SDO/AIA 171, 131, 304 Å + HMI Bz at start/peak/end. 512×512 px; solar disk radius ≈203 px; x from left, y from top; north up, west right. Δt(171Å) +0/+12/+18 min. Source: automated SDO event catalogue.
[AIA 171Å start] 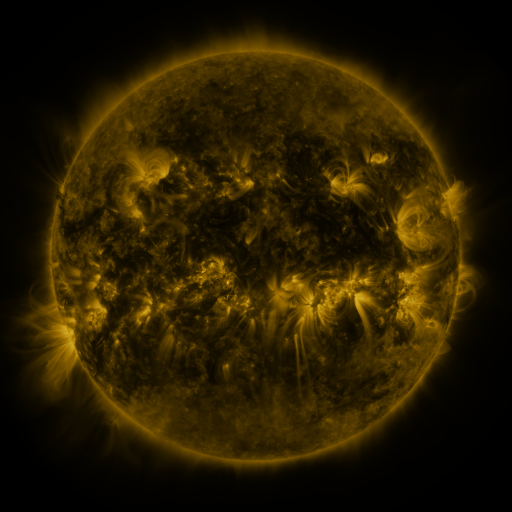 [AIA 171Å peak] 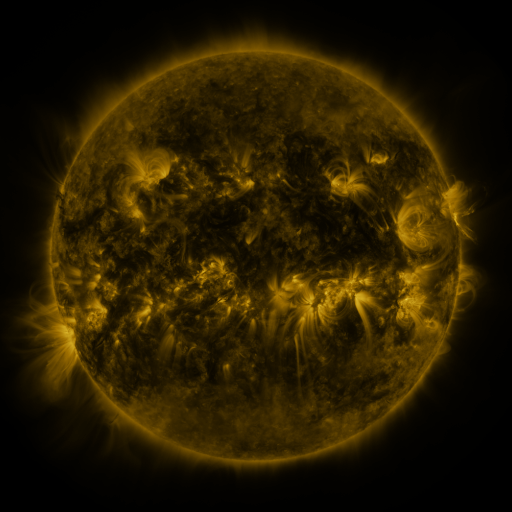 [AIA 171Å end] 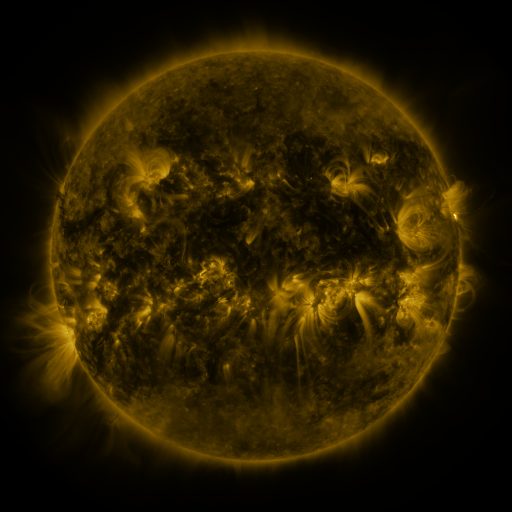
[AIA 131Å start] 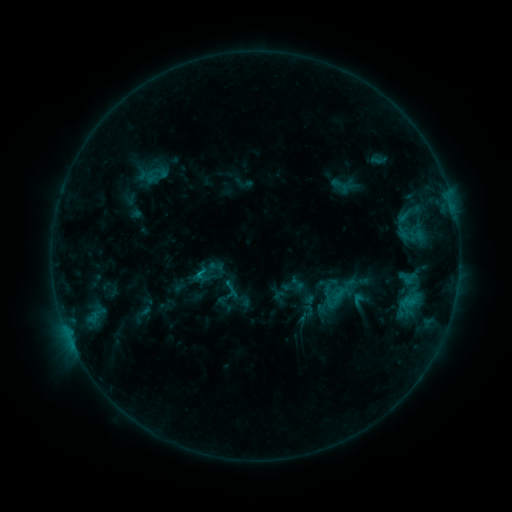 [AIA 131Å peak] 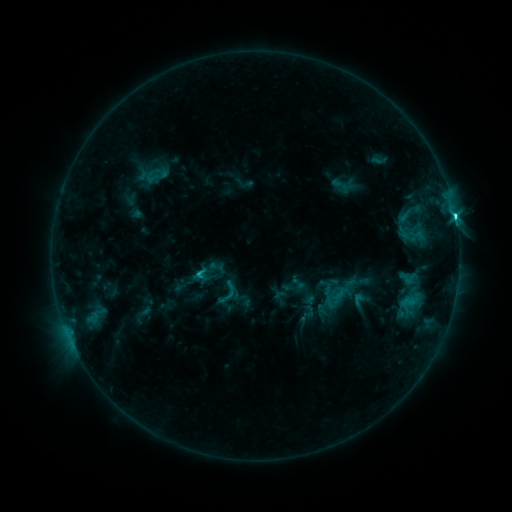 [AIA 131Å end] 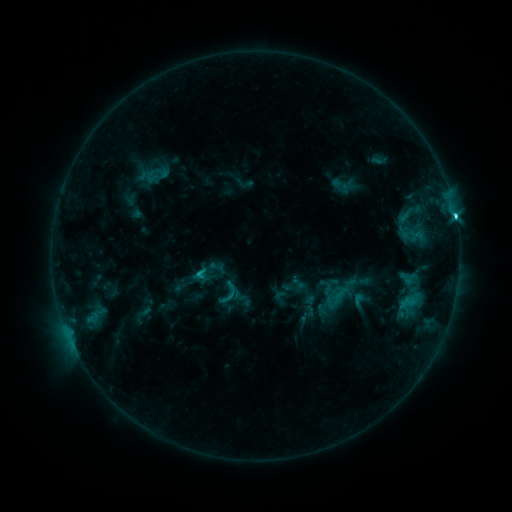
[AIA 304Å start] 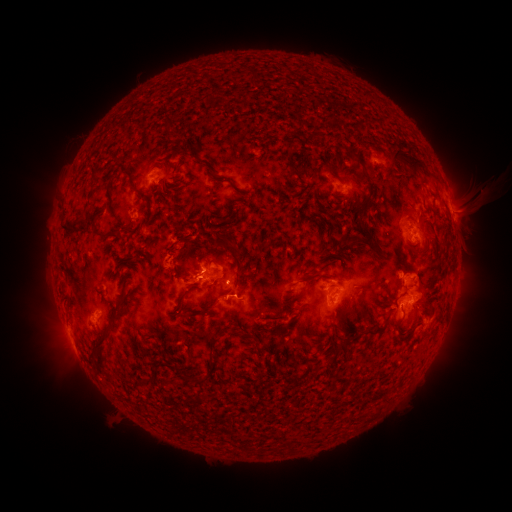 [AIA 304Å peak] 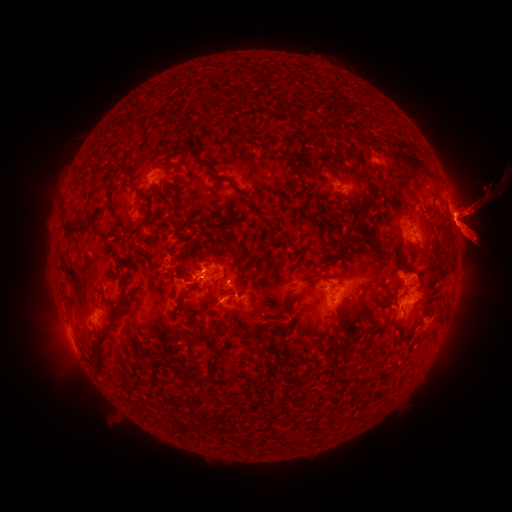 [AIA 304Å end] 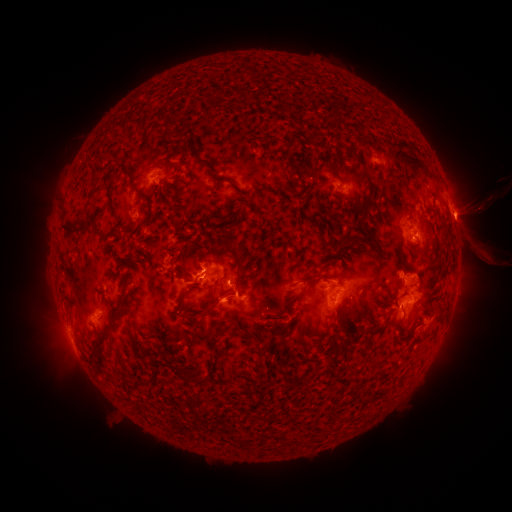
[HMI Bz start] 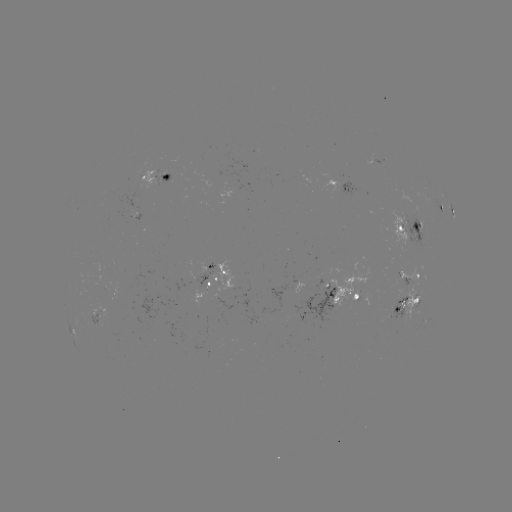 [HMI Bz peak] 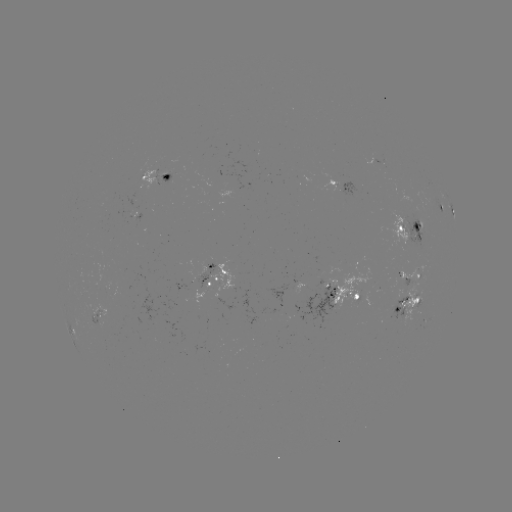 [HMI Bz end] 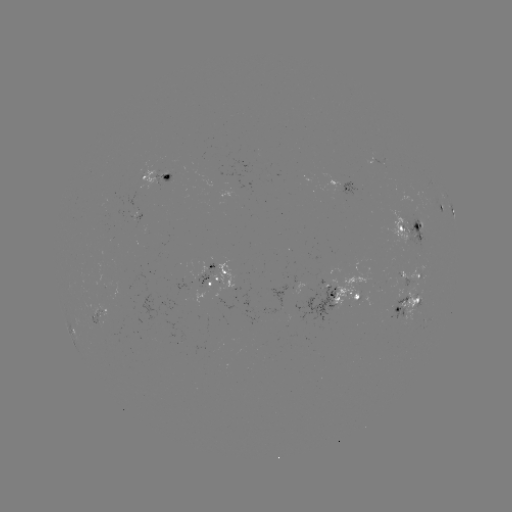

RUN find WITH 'eruption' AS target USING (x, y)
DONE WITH (222, 308) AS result